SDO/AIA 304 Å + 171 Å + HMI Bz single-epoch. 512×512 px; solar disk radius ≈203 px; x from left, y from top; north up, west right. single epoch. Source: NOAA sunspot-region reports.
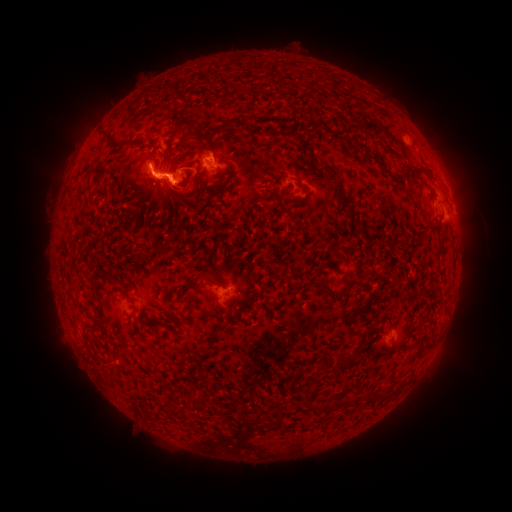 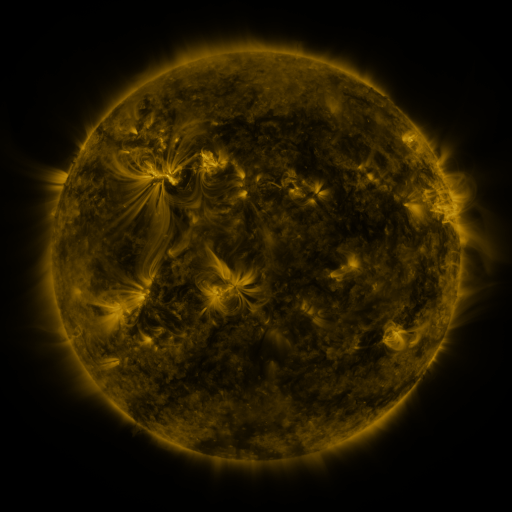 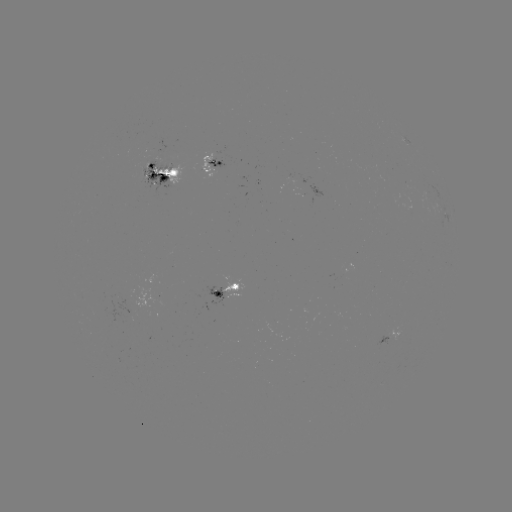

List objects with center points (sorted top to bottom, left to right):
spotted active region: (212, 166)
spotted active region: (161, 175)
spotted active region: (449, 193)
spotted active region: (225, 287)
spotted active region: (389, 335)
